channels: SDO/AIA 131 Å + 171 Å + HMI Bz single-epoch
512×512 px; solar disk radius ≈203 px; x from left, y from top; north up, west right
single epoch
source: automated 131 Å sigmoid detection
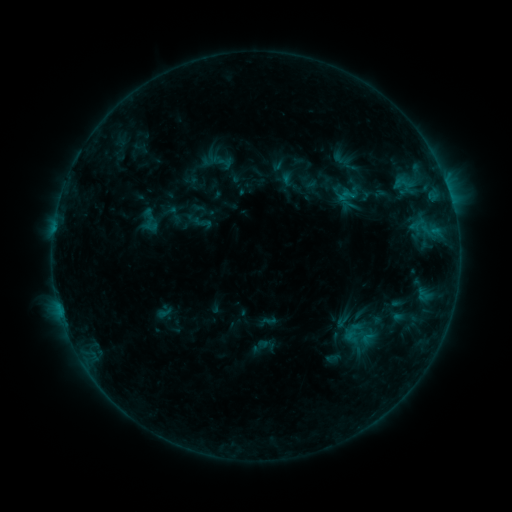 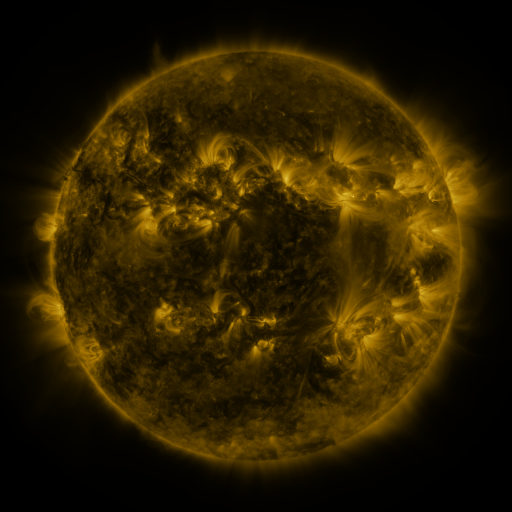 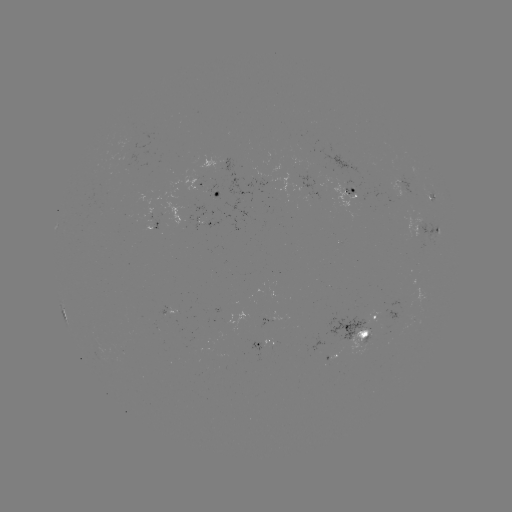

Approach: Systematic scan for sigmoid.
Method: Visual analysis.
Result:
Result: sigmoid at [199, 222].